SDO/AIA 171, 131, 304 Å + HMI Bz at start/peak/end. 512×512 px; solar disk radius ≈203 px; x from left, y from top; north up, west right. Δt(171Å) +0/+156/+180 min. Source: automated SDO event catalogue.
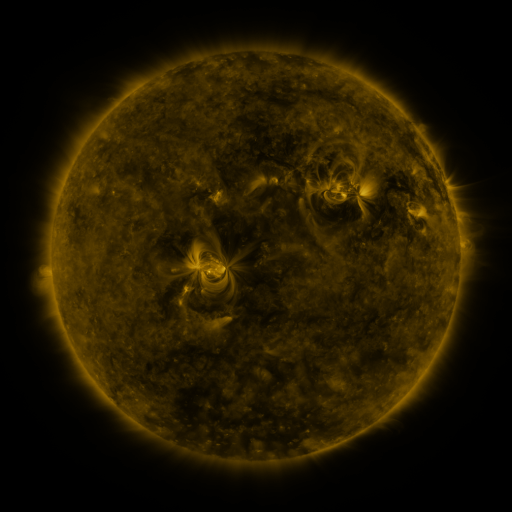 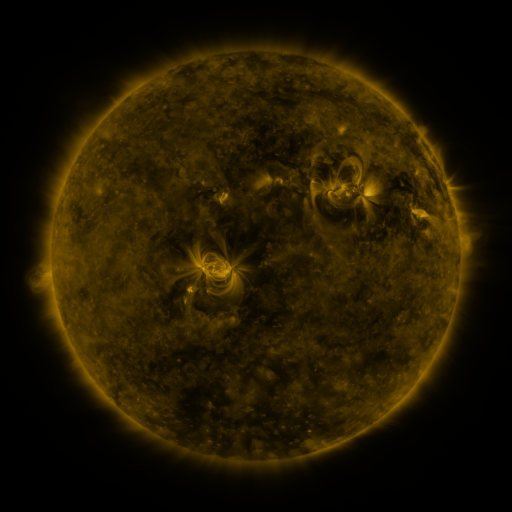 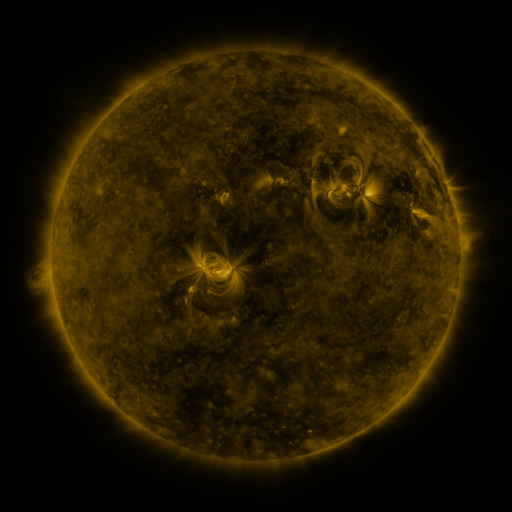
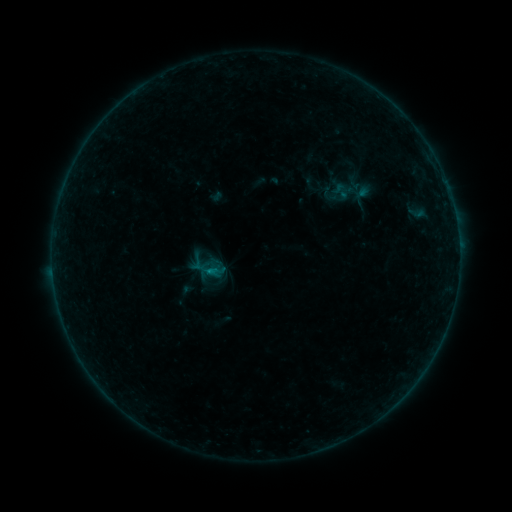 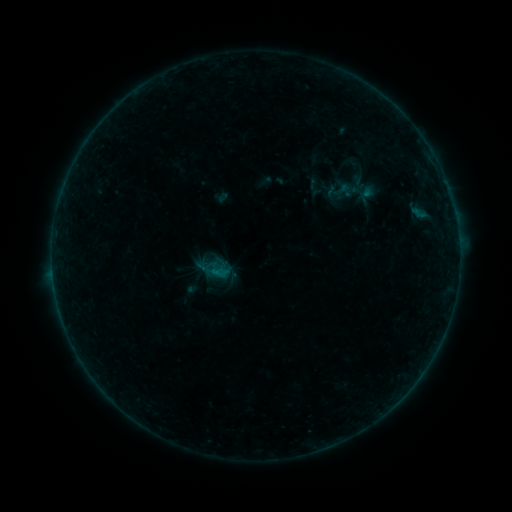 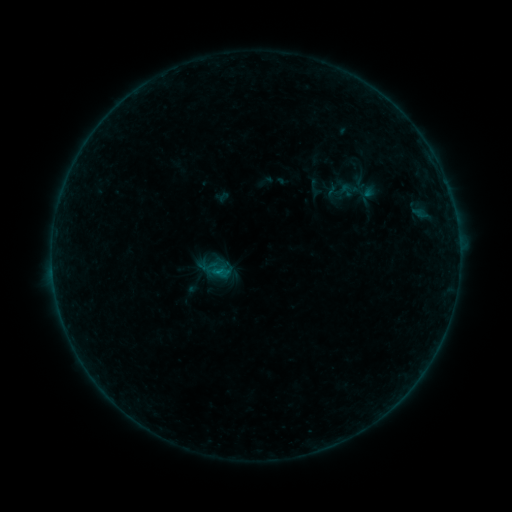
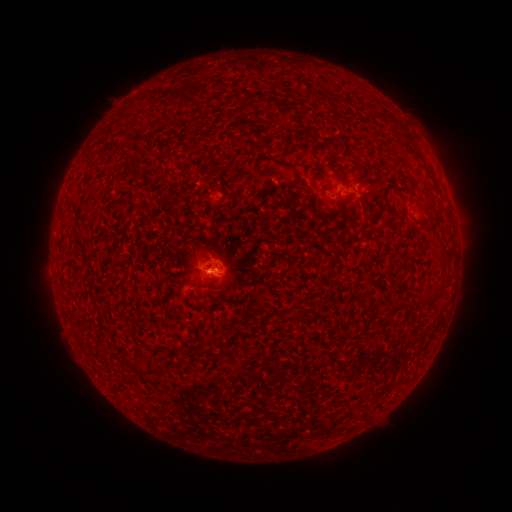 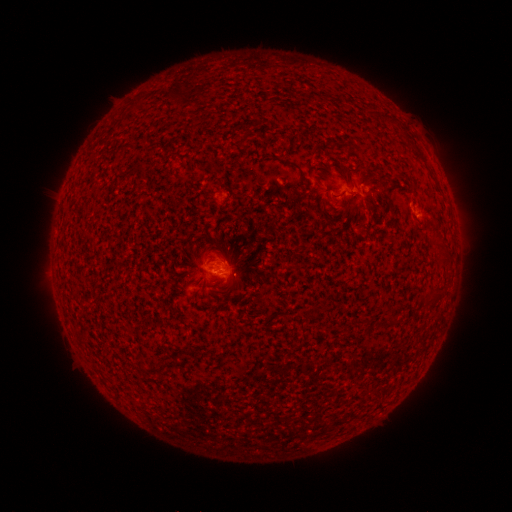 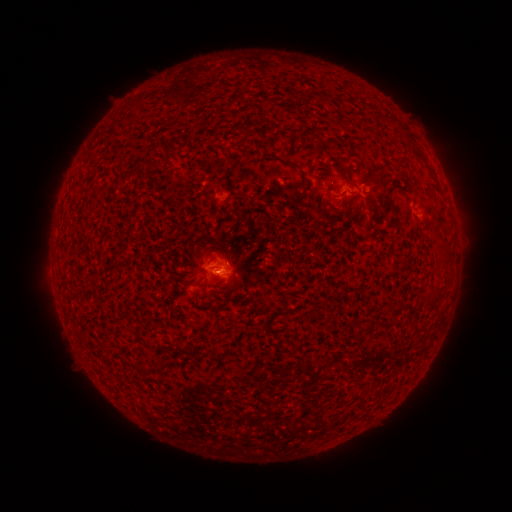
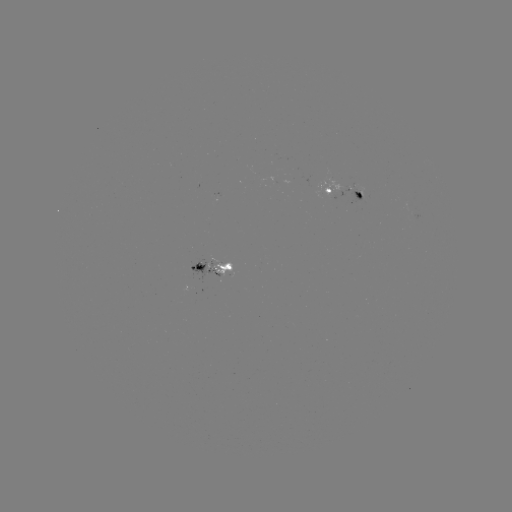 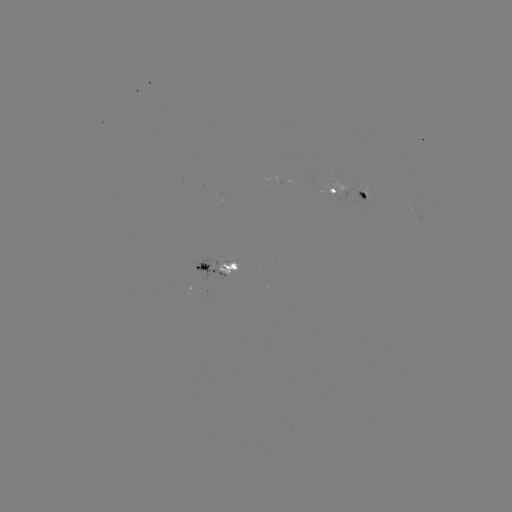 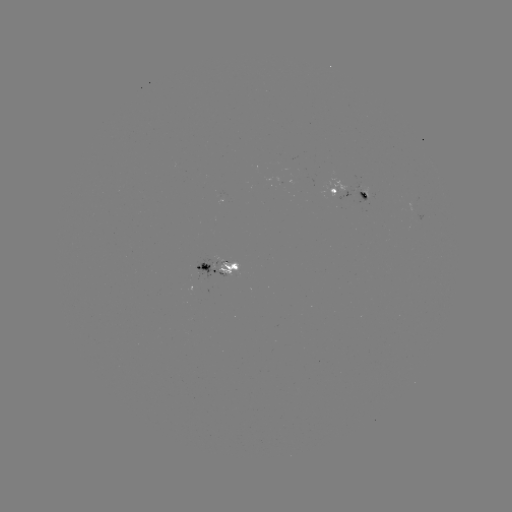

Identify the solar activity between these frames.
emerging-flux region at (209, 266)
